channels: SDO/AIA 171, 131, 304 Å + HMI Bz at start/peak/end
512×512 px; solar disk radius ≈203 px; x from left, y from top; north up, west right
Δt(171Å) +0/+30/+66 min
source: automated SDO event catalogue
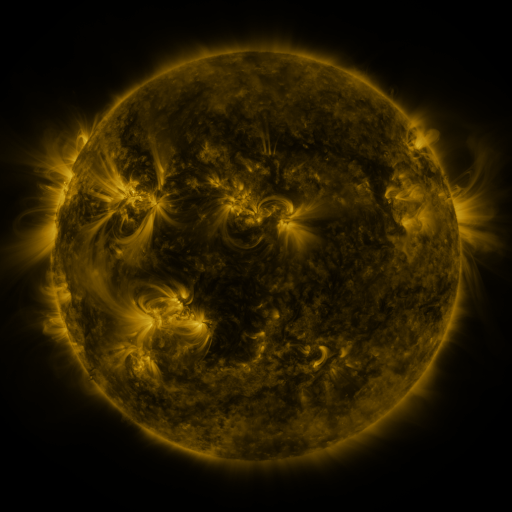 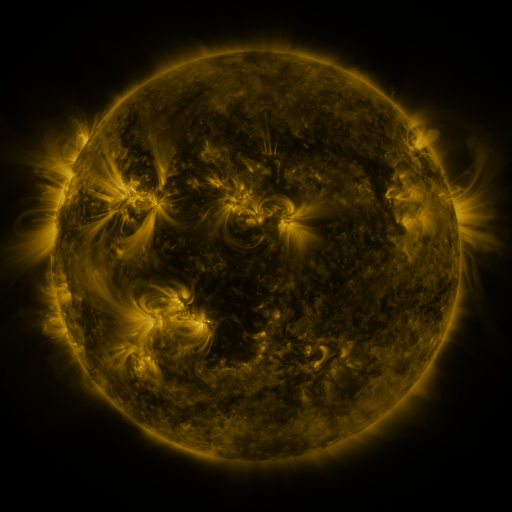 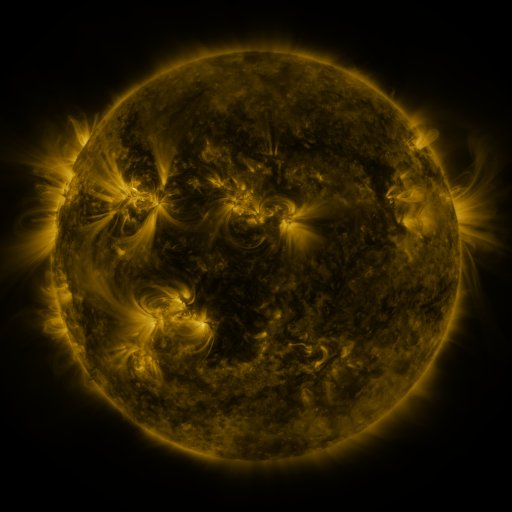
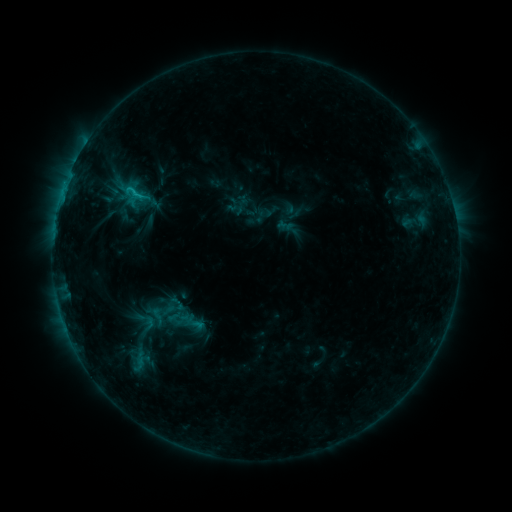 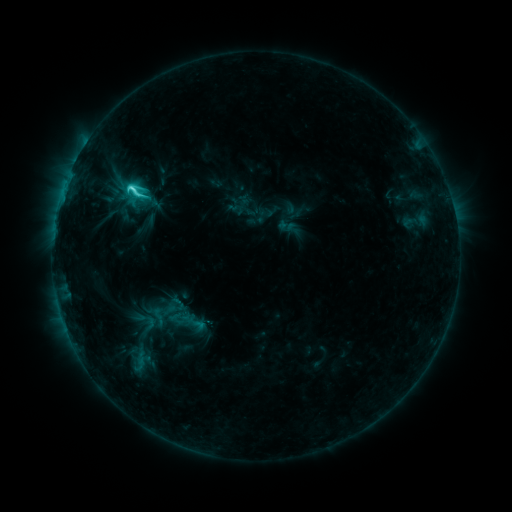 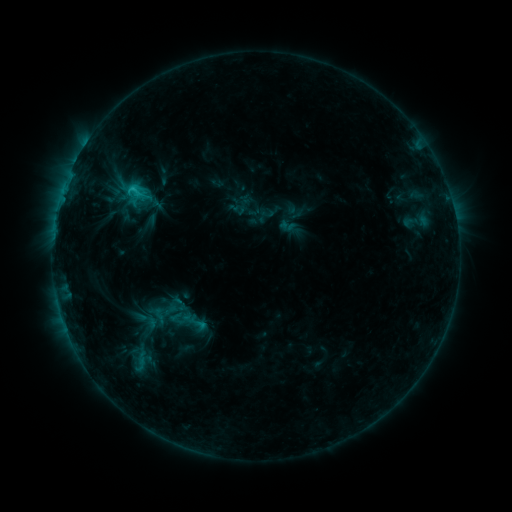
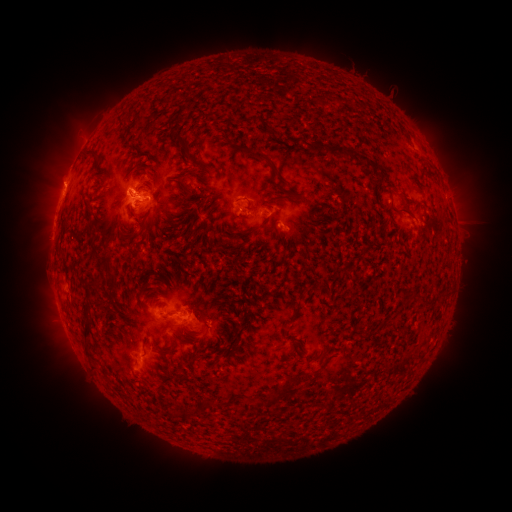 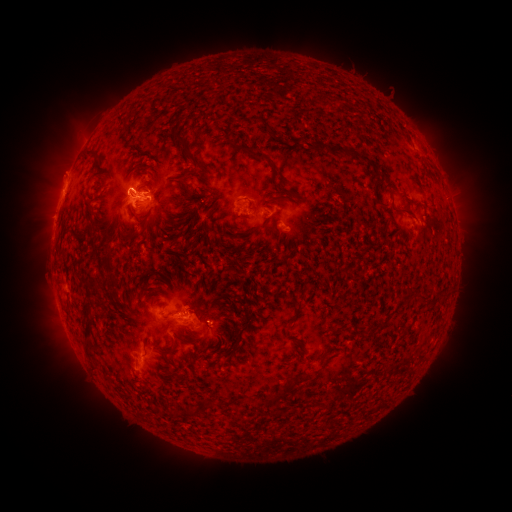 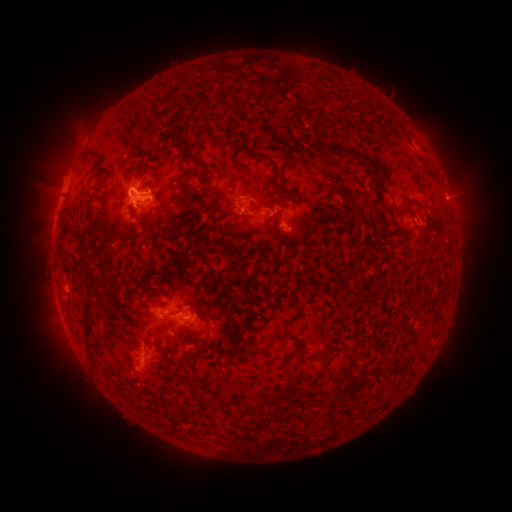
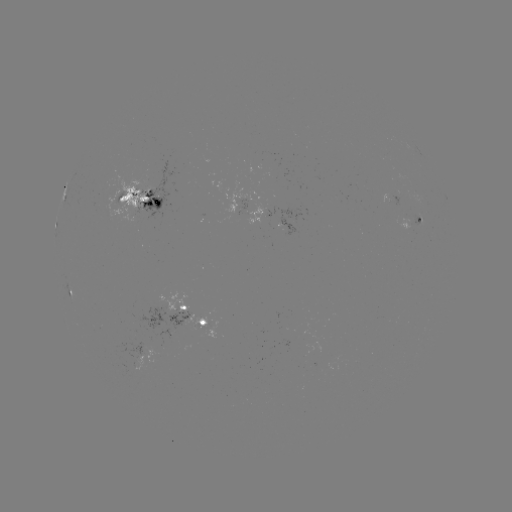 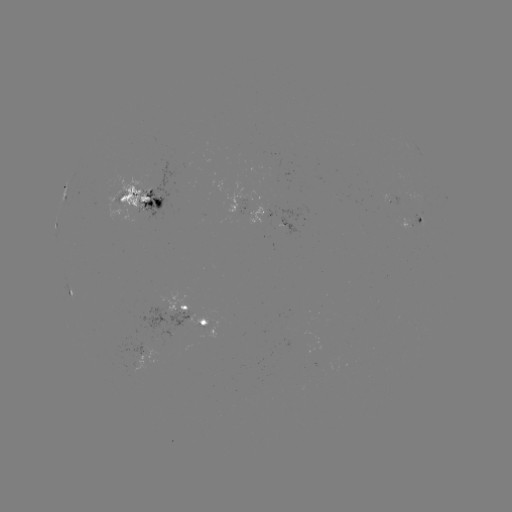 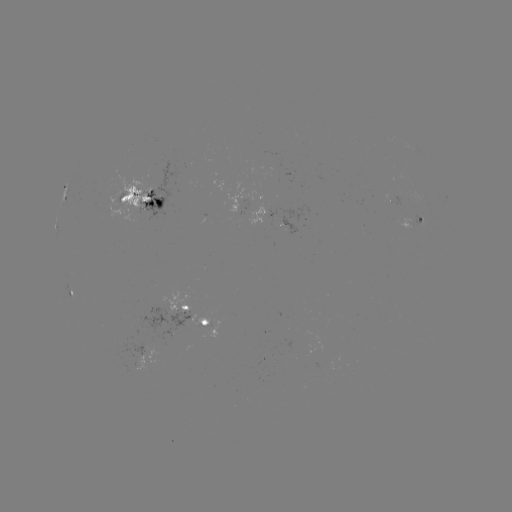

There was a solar flare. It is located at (132, 189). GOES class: C4.2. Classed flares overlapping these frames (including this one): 1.